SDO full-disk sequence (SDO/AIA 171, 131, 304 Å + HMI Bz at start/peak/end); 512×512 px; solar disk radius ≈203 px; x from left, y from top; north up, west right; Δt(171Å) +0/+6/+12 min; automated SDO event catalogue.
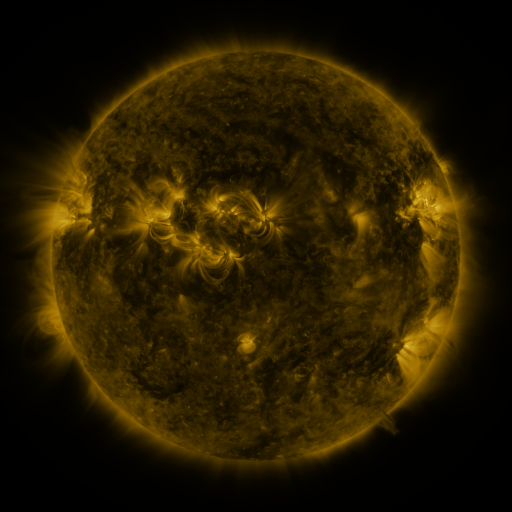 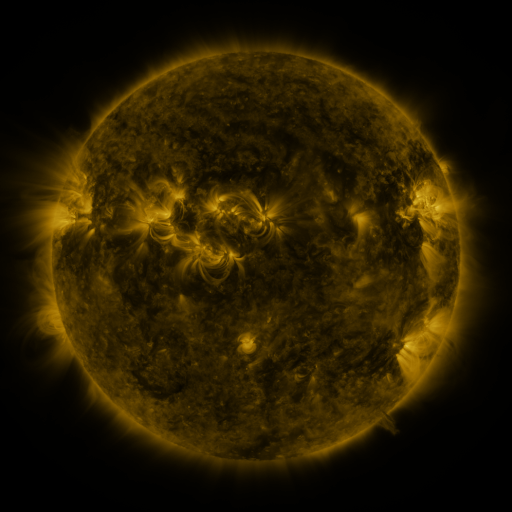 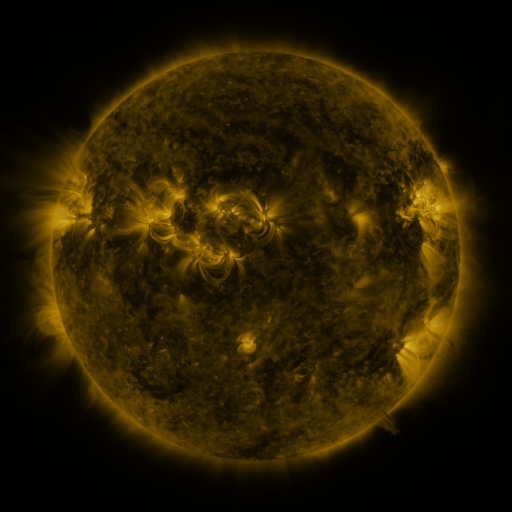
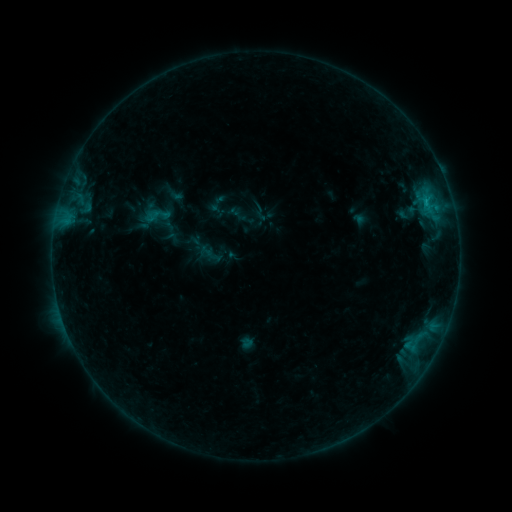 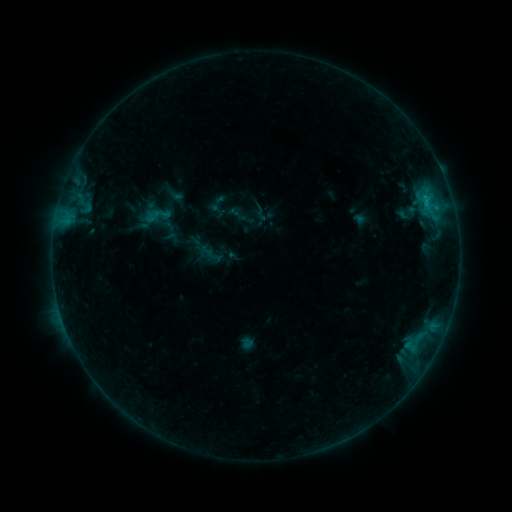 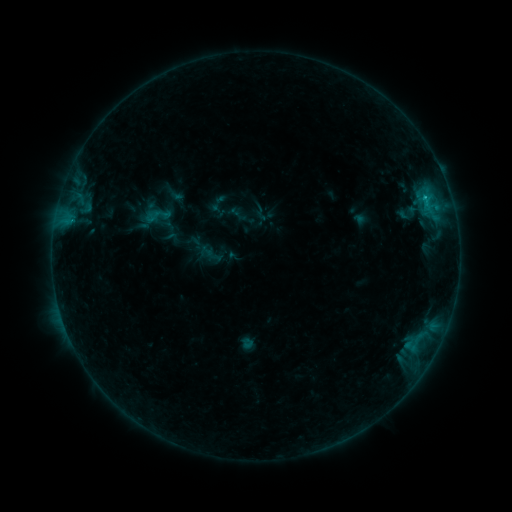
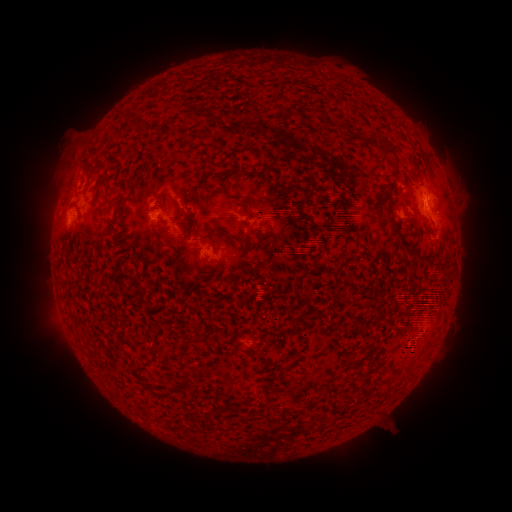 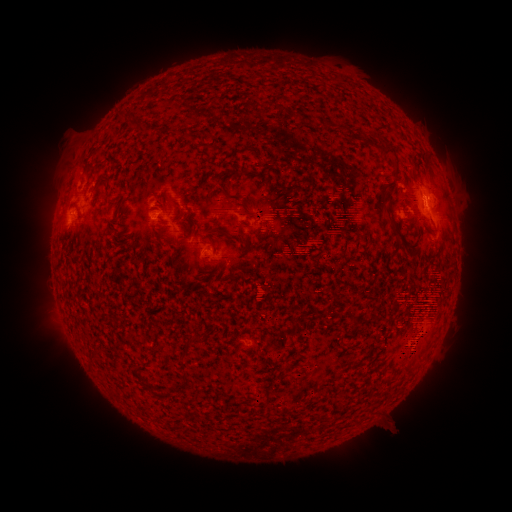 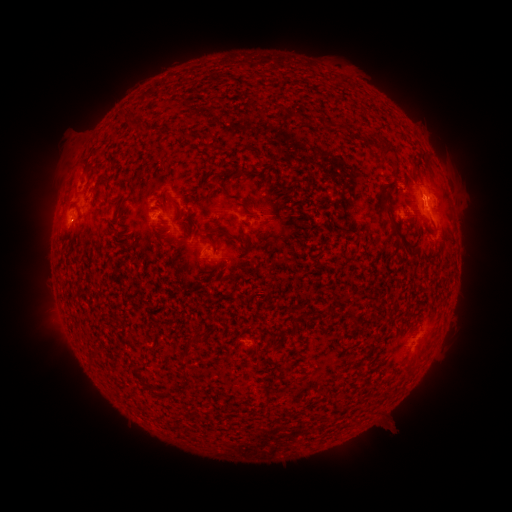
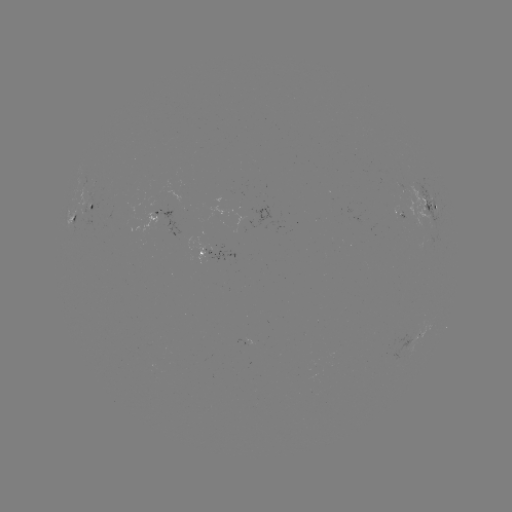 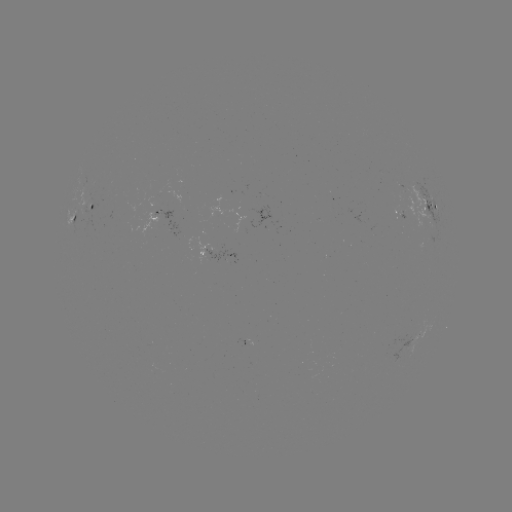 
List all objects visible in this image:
B9.0 flare: (424, 197)
